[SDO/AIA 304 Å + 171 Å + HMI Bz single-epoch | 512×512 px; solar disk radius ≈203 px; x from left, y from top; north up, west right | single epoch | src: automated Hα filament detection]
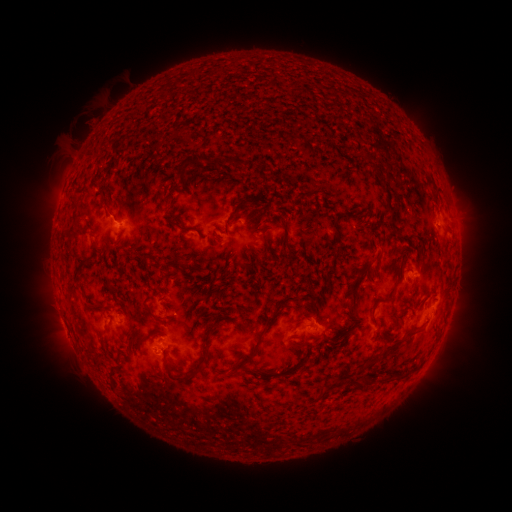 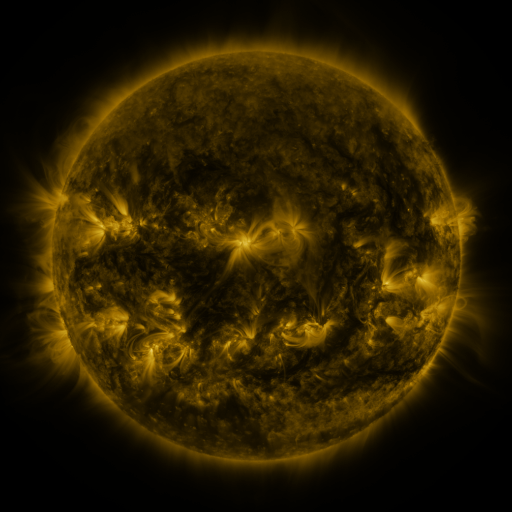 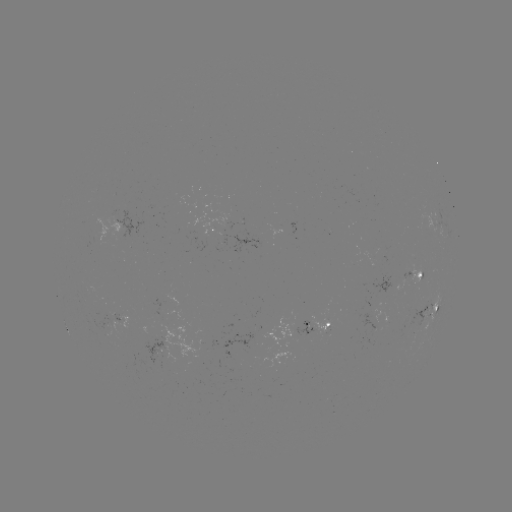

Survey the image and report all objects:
filament: (192, 162)
filament: (238, 162)
filament: (375, 170)
filament: (231, 216)
filament: (180, 227)
filament: (133, 246)
filament: (379, 257)
filament: (171, 264)
filament: (80, 267)
filament: (353, 285)
filament: (387, 300)
filament: (94, 307)
filament: (157, 318)
filament: (268, 319)
filament: (210, 329)
filament: (414, 334)
filament: (383, 350)
filament: (248, 358)
filament: (185, 376)
filament: (404, 376)
filament: (388, 377)
filament: (362, 384)
